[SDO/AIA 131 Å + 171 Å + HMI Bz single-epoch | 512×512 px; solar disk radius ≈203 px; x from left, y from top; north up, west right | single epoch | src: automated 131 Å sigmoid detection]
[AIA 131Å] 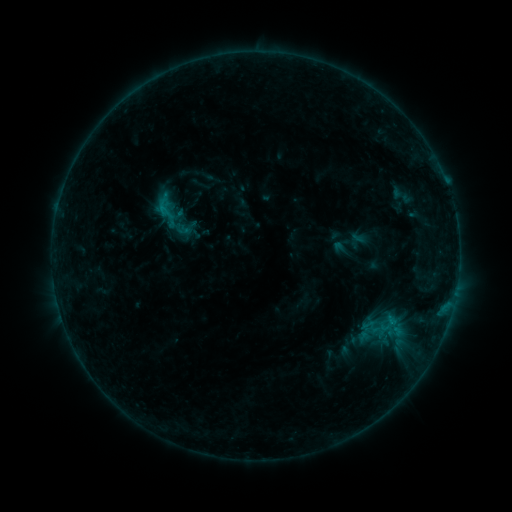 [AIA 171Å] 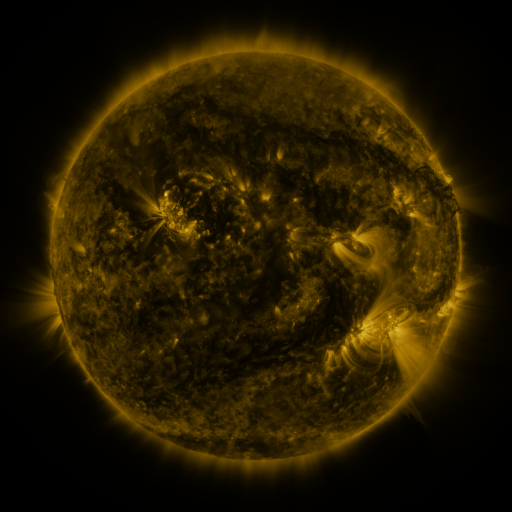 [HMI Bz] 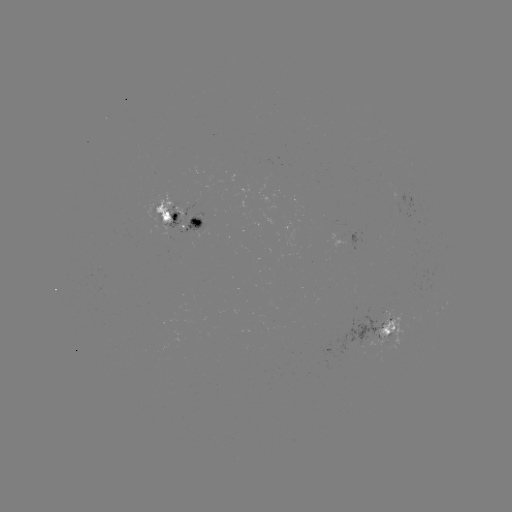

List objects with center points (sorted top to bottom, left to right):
sigmoid: (167, 211)
